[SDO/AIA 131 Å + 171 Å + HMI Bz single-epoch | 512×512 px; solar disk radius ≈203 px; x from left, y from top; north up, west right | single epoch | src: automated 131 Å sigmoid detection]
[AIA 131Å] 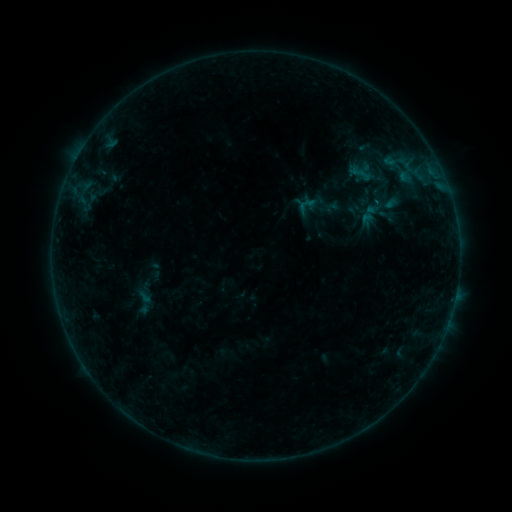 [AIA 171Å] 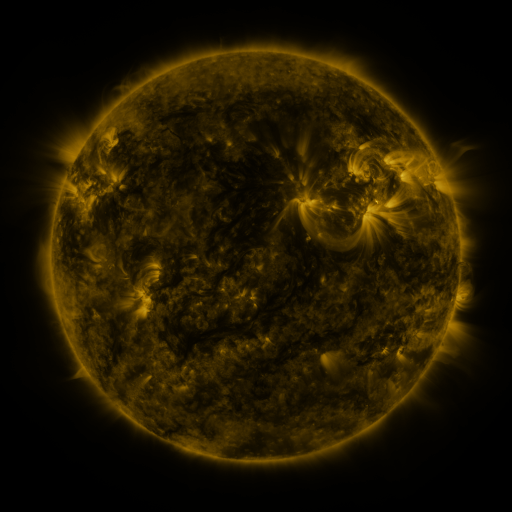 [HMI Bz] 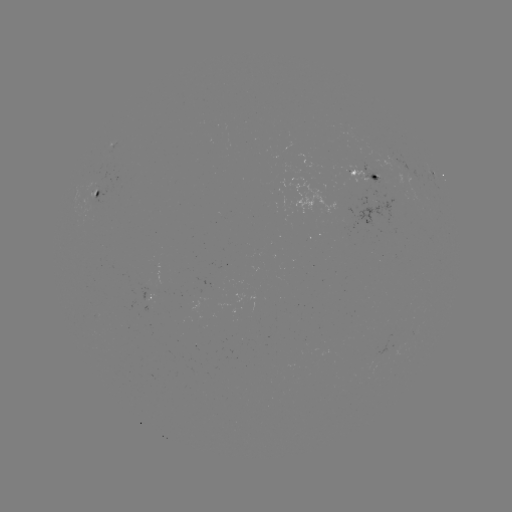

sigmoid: [296, 194, 319, 217]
